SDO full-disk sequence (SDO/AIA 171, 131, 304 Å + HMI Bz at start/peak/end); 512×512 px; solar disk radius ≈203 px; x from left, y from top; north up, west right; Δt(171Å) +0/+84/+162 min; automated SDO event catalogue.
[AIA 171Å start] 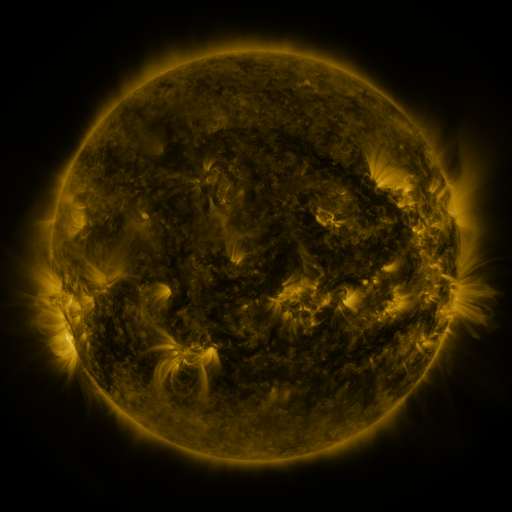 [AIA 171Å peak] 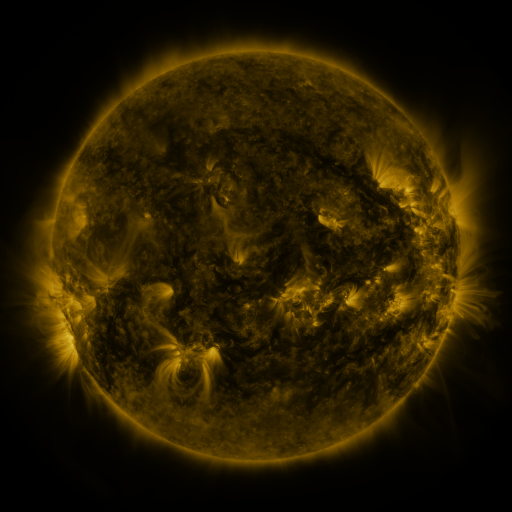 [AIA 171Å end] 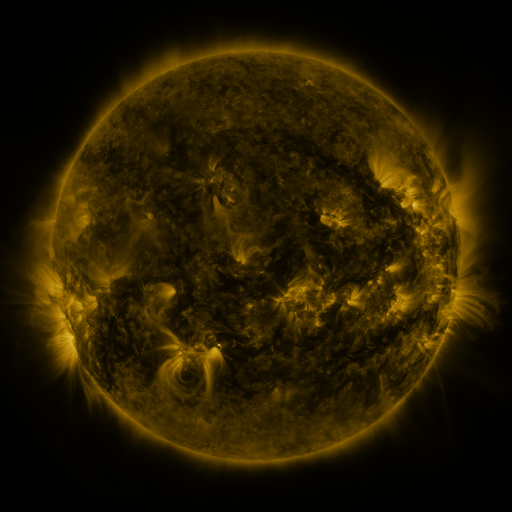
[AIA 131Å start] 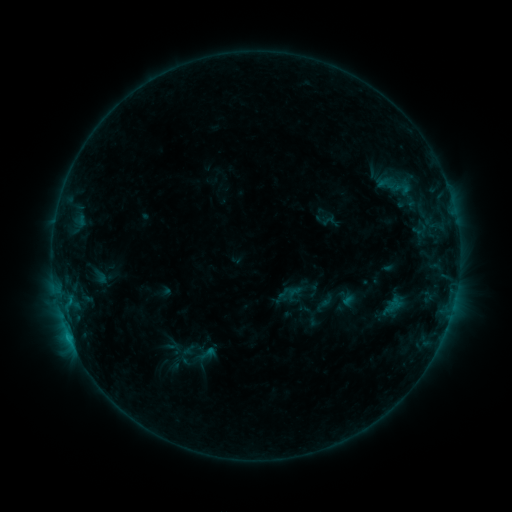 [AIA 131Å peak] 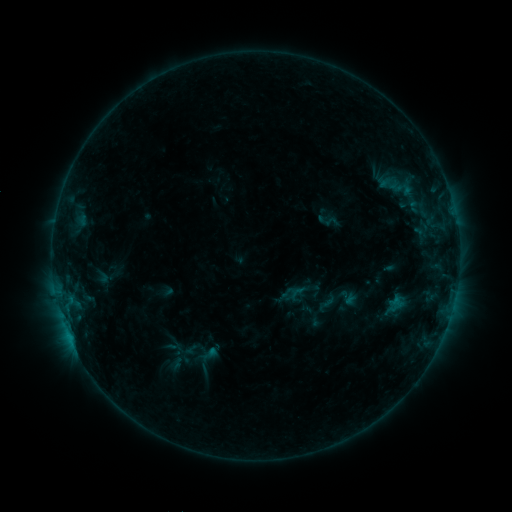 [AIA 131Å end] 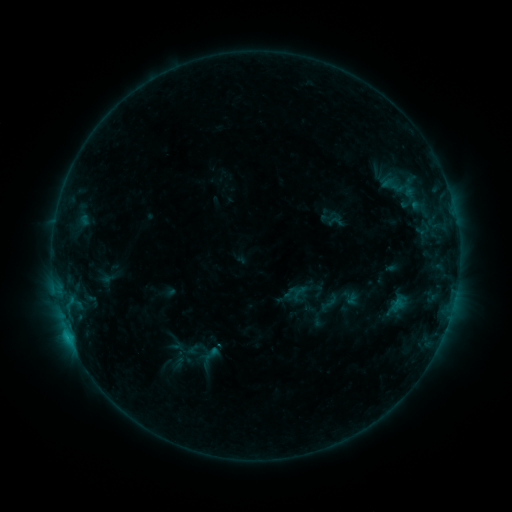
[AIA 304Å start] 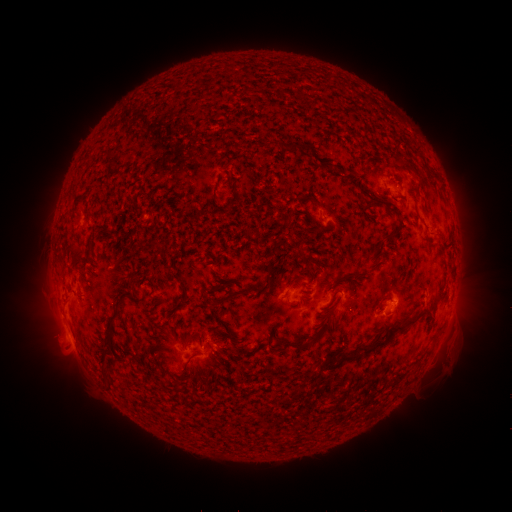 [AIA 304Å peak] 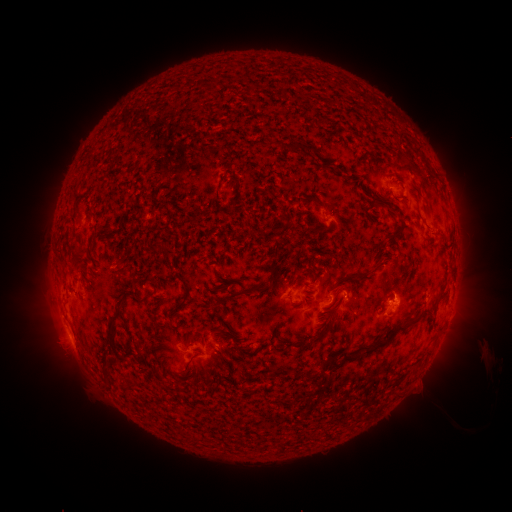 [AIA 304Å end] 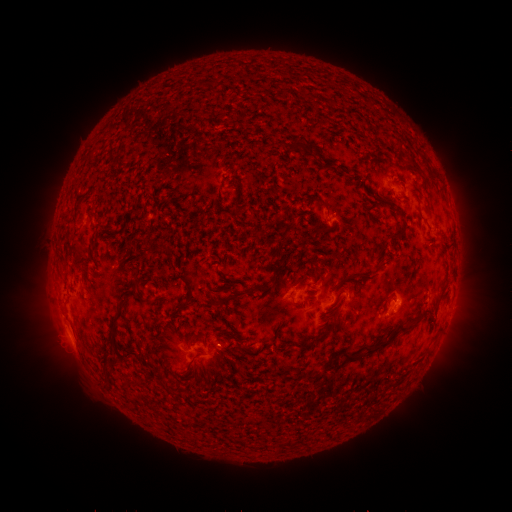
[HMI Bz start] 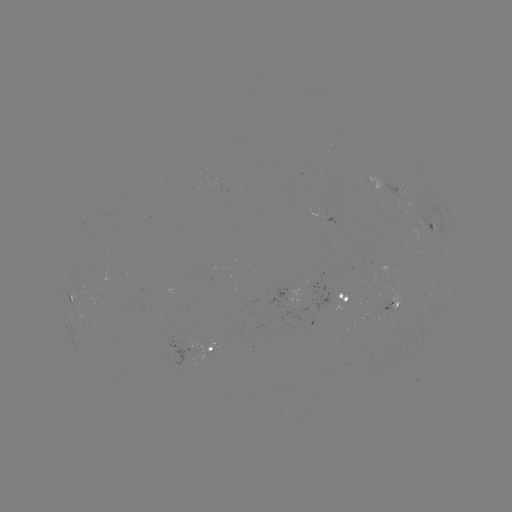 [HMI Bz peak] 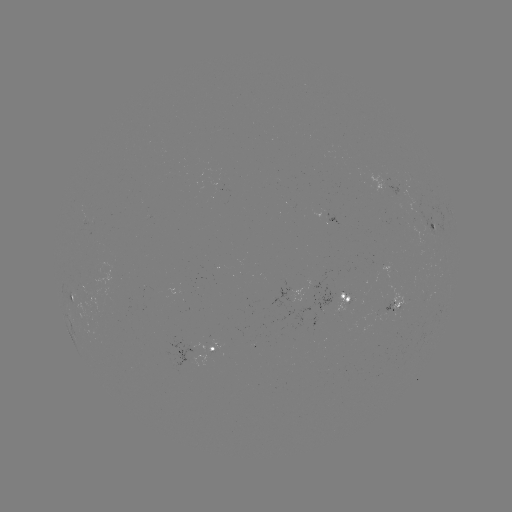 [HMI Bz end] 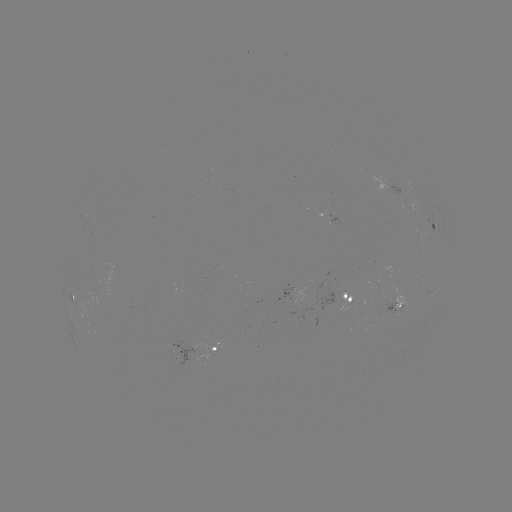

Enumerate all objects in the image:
filament eruption: (440, 353)
